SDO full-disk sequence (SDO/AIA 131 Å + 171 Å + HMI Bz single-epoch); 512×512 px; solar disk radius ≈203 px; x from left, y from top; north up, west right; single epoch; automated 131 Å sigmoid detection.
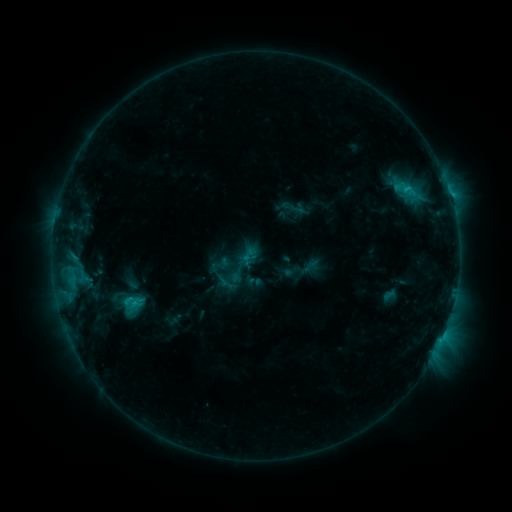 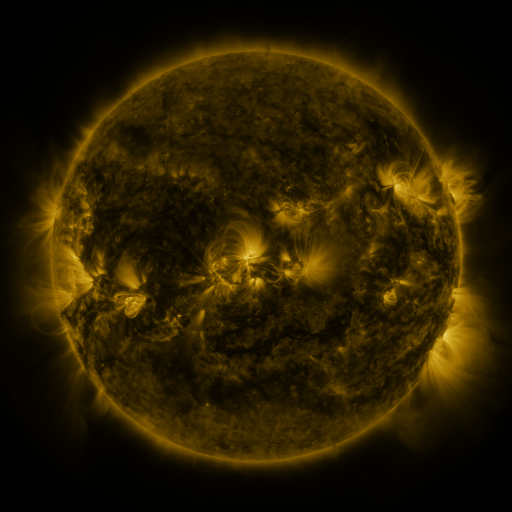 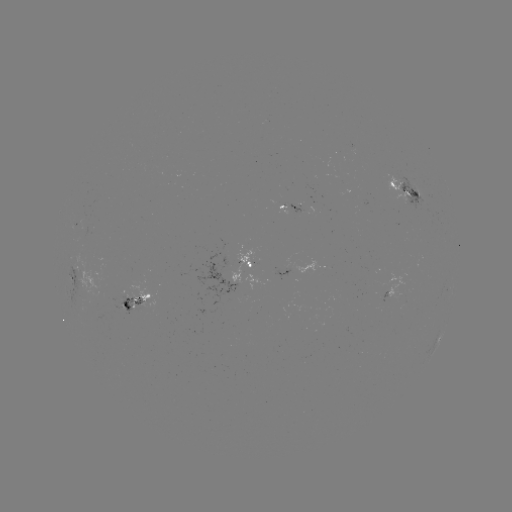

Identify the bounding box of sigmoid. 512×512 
[118, 294, 146, 314].